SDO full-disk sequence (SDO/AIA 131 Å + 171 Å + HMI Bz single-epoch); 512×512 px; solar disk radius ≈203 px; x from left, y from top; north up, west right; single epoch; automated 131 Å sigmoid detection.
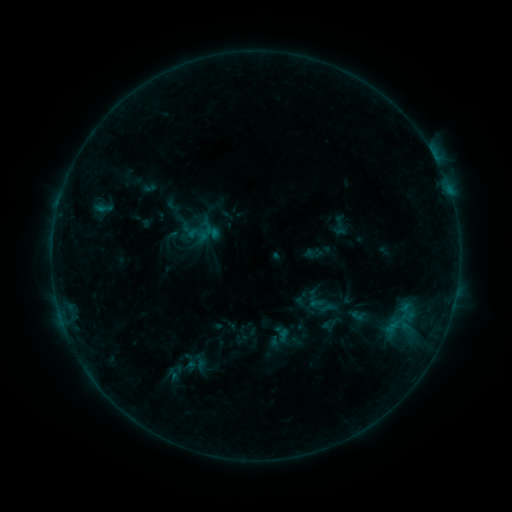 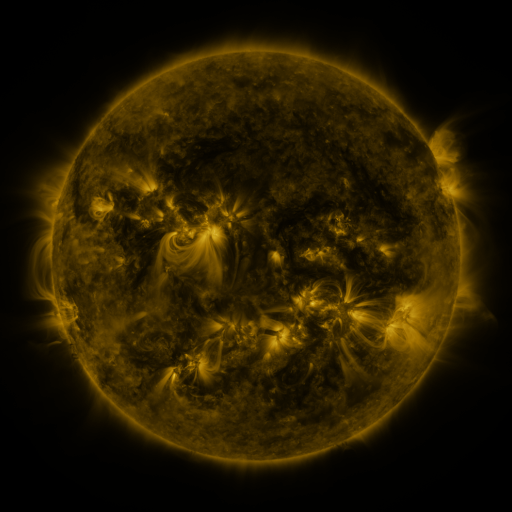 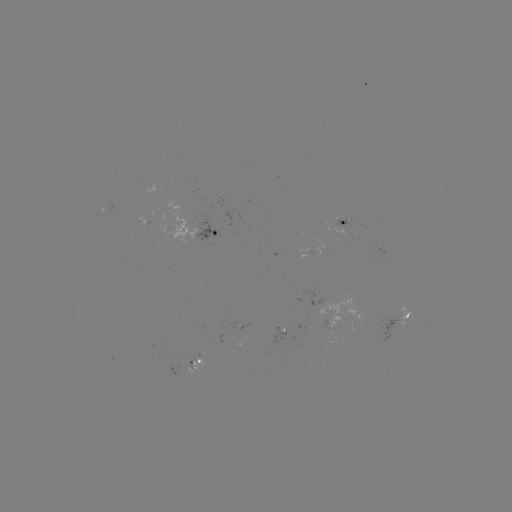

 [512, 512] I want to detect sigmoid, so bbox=[384, 304, 415, 335].